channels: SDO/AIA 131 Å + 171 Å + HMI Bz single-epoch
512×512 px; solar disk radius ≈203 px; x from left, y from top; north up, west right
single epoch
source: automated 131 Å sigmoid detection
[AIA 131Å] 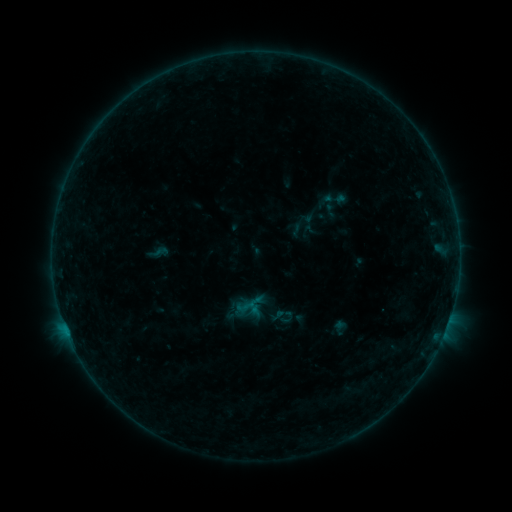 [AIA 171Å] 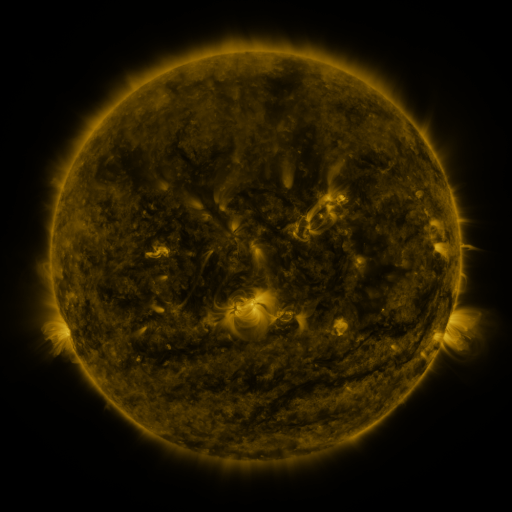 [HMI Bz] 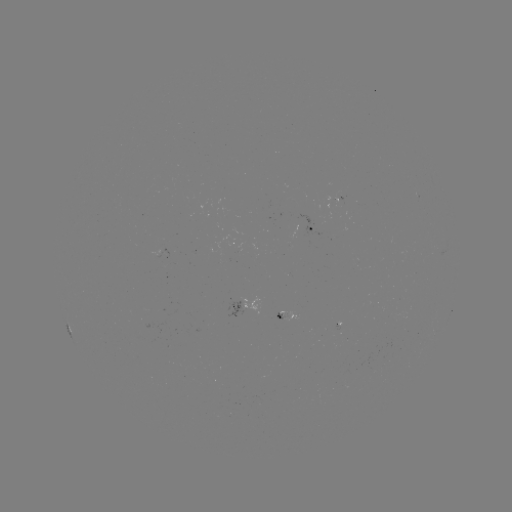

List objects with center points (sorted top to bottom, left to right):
sigmoid: (274, 311)
